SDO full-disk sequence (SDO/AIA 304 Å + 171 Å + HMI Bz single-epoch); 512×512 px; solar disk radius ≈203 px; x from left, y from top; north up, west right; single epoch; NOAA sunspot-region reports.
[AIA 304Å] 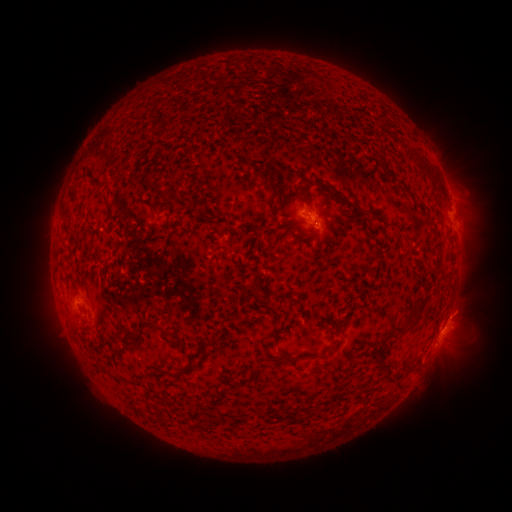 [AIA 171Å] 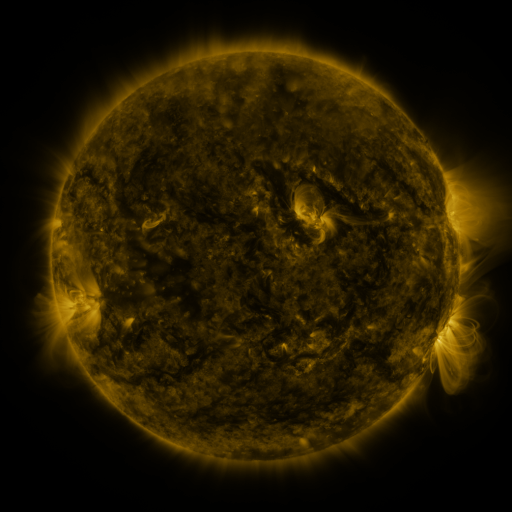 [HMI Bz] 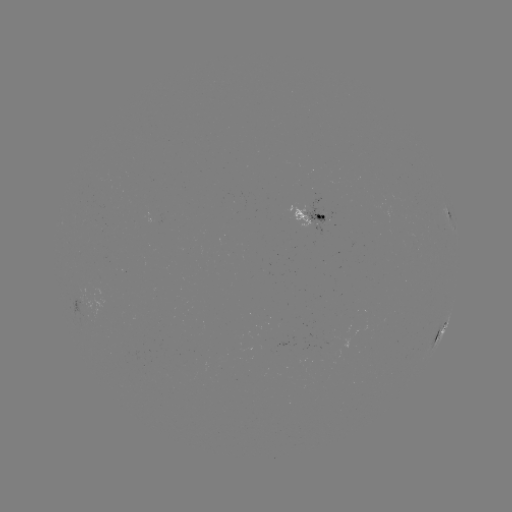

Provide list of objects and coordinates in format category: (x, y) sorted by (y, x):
spotted active region: (312, 214)
spotted active region: (454, 219)
spotted active region: (445, 327)
